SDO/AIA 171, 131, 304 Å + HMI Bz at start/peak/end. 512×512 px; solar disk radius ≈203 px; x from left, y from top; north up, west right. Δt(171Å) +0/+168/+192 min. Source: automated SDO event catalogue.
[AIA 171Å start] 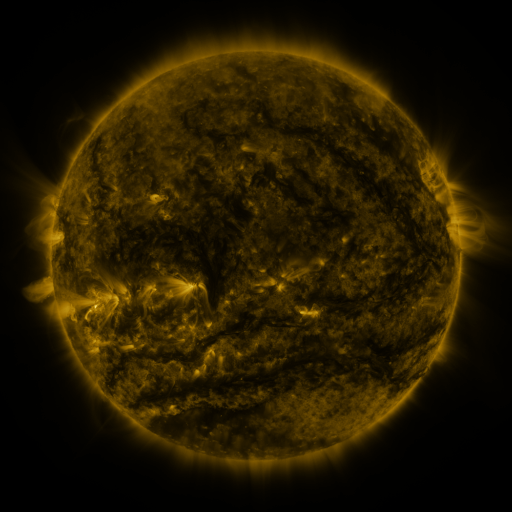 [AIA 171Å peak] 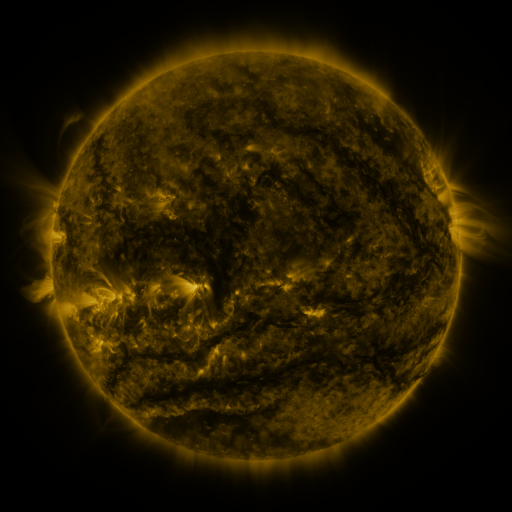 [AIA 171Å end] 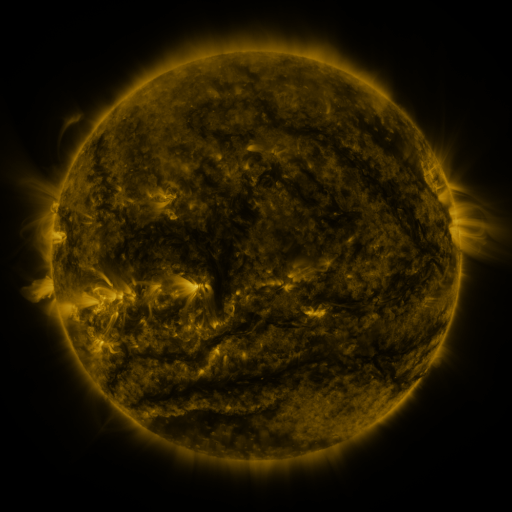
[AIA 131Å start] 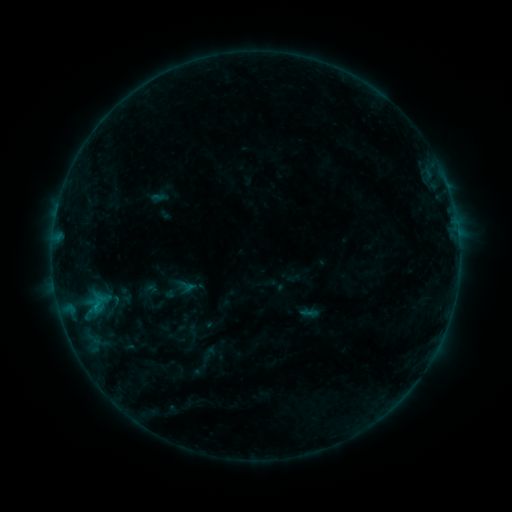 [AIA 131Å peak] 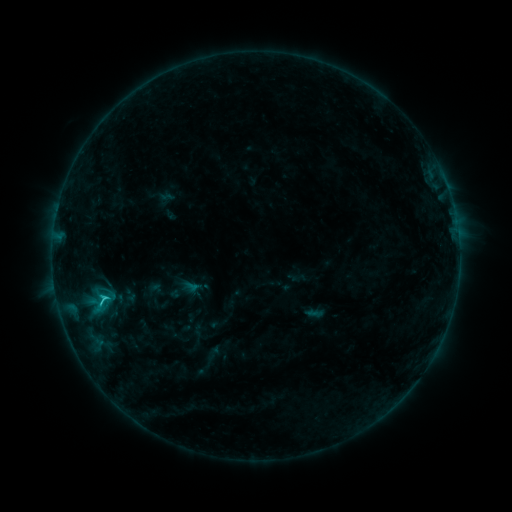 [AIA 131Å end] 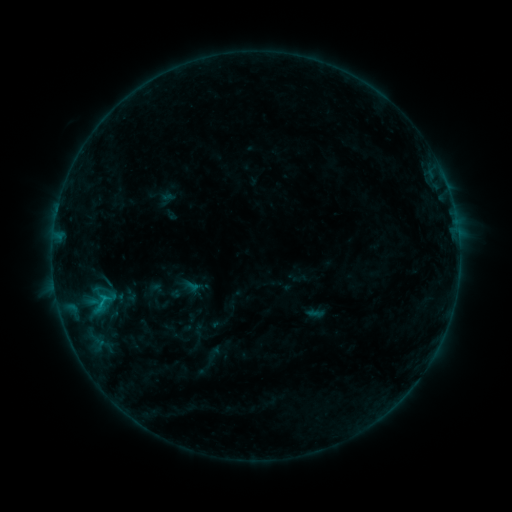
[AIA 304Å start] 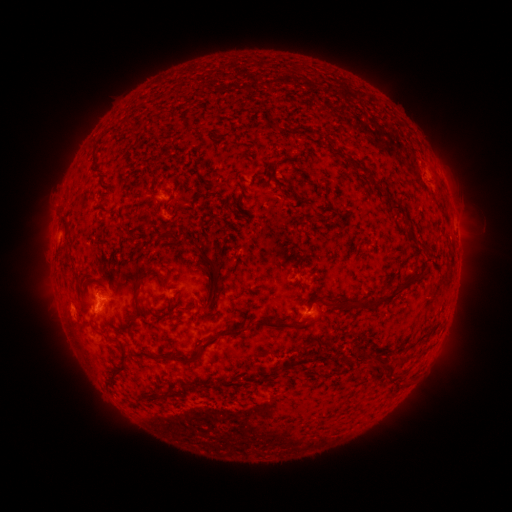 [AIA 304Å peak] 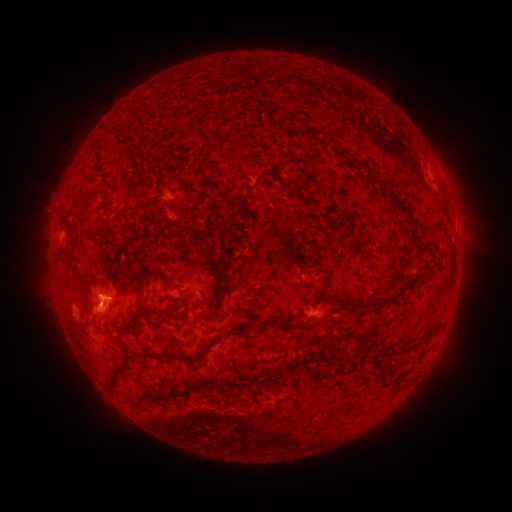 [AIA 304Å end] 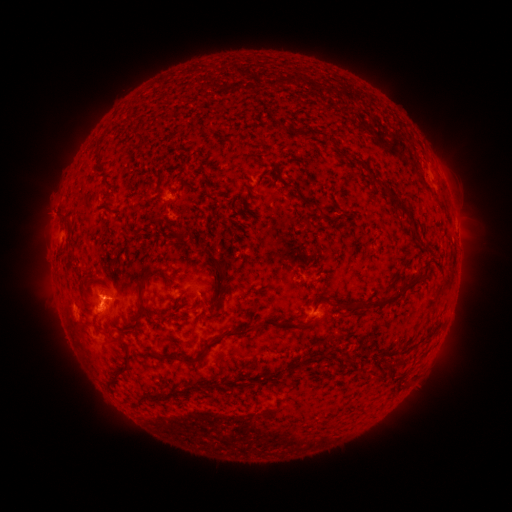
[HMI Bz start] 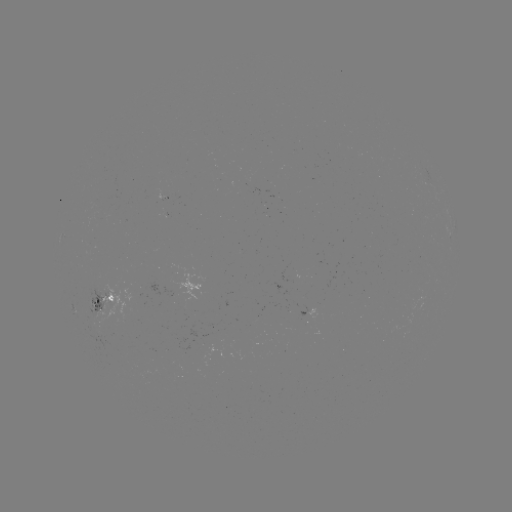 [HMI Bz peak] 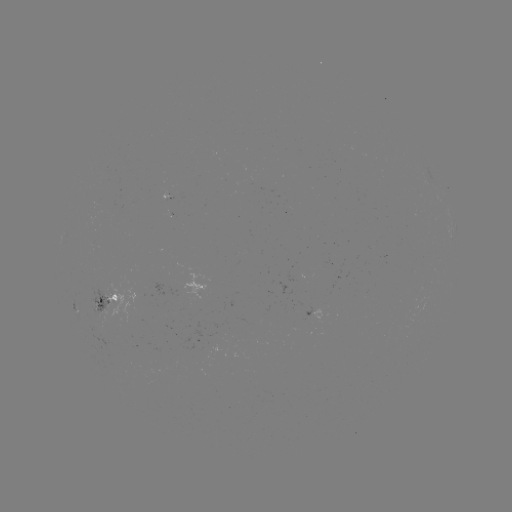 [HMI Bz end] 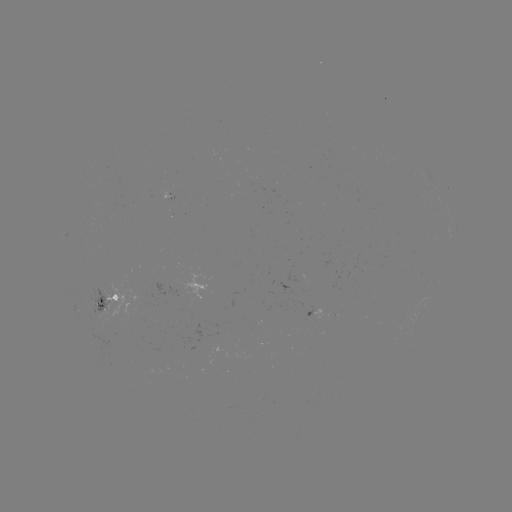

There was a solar emerging-flux region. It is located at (166, 198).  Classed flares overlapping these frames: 2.